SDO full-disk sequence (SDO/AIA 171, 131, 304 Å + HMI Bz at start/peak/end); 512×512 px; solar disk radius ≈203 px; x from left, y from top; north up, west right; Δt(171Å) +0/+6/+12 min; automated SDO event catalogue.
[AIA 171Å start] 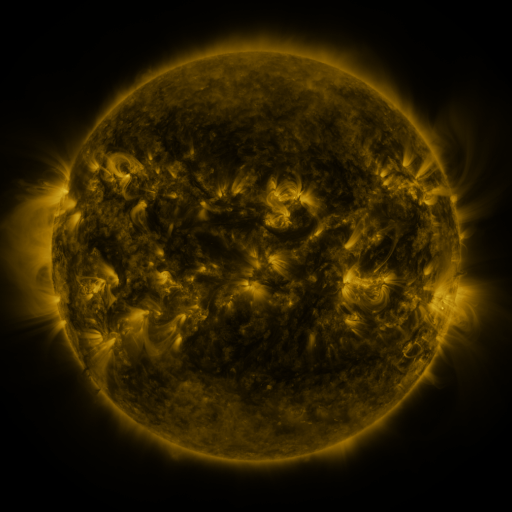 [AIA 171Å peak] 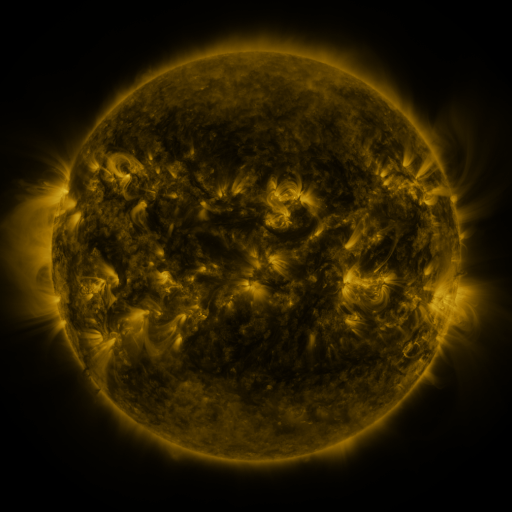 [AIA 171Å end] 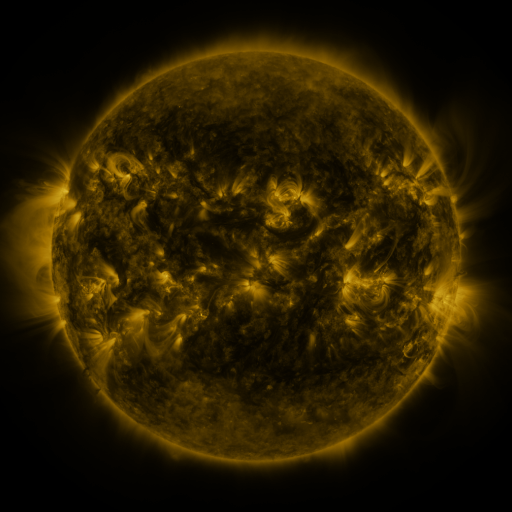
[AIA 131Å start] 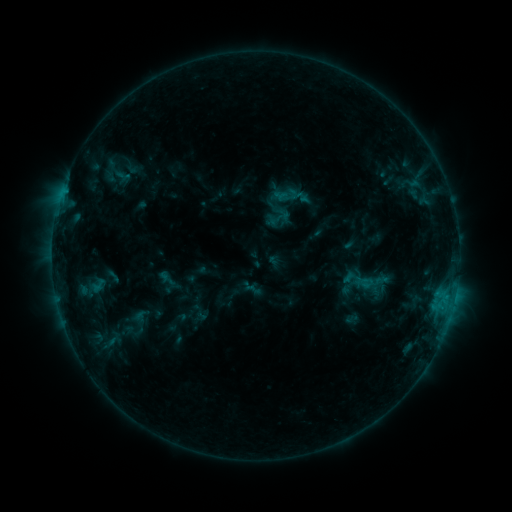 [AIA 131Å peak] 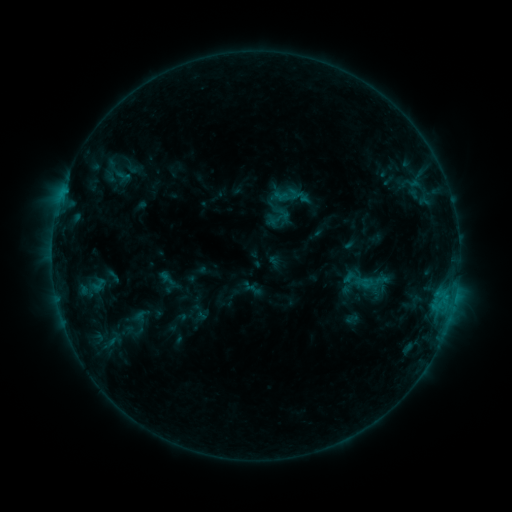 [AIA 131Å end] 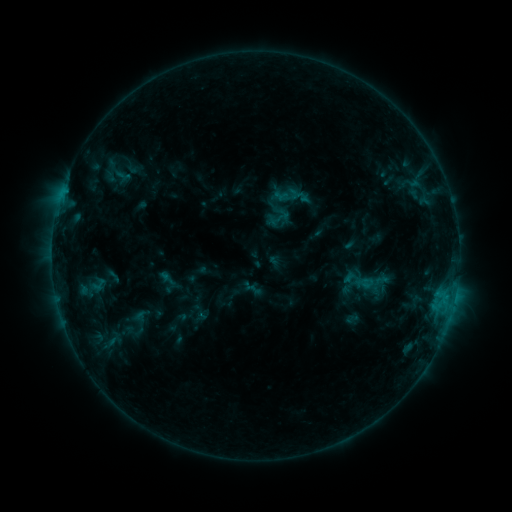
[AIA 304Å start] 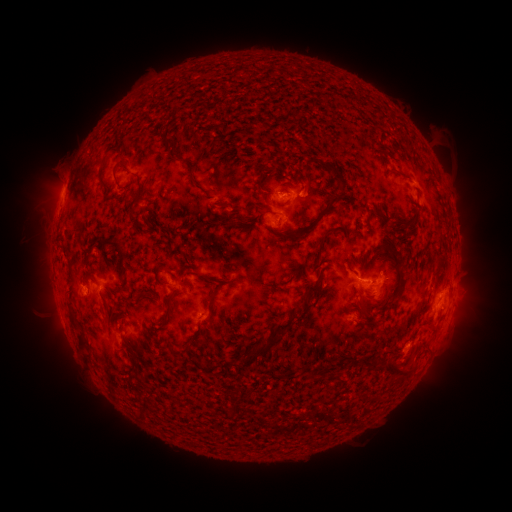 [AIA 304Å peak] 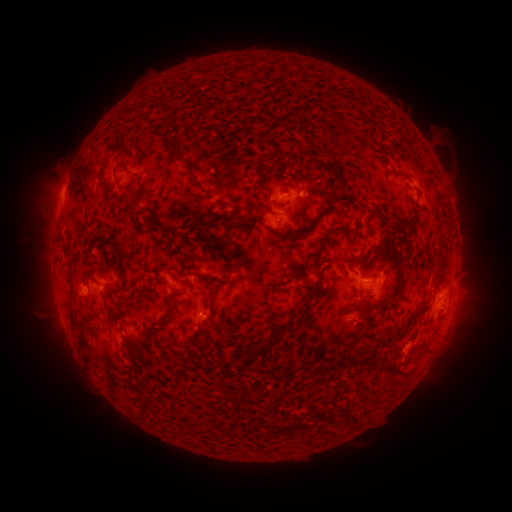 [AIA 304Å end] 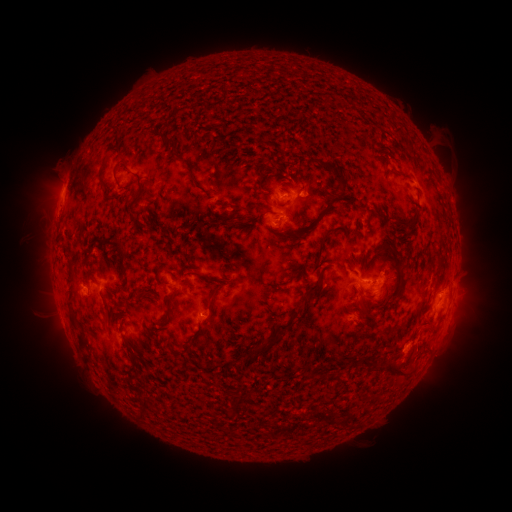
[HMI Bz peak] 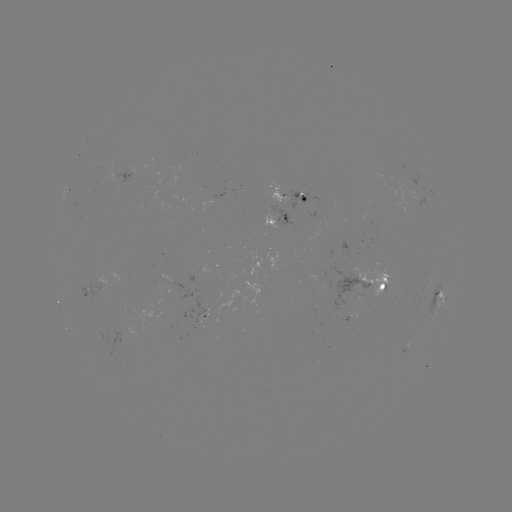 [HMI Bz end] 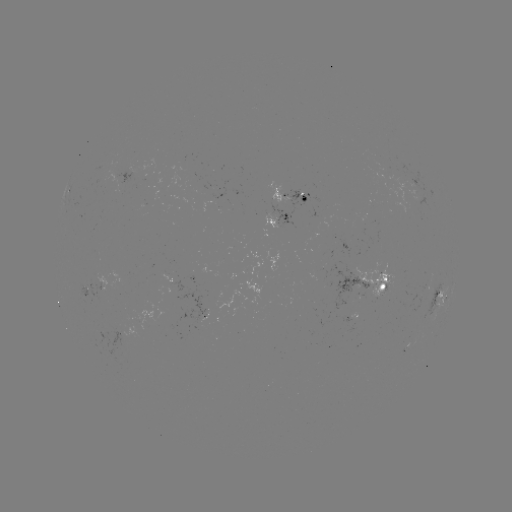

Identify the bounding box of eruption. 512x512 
[390, 351, 434, 392].